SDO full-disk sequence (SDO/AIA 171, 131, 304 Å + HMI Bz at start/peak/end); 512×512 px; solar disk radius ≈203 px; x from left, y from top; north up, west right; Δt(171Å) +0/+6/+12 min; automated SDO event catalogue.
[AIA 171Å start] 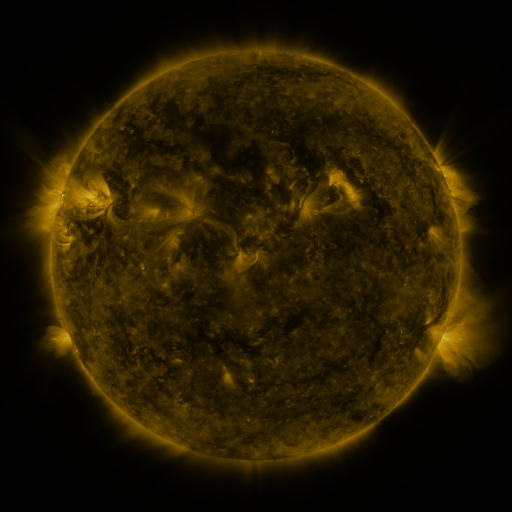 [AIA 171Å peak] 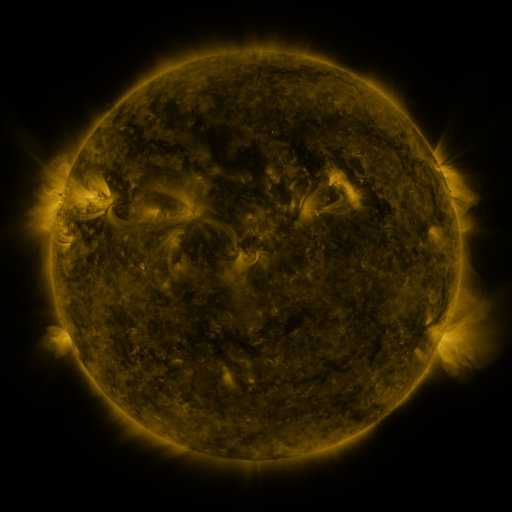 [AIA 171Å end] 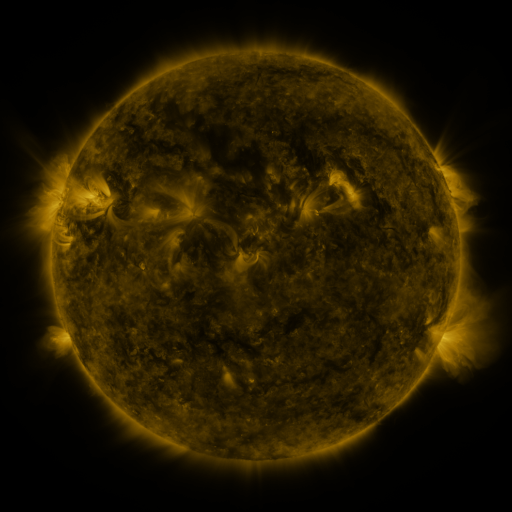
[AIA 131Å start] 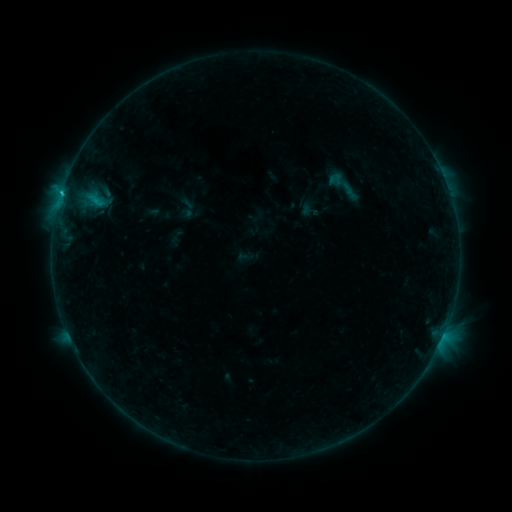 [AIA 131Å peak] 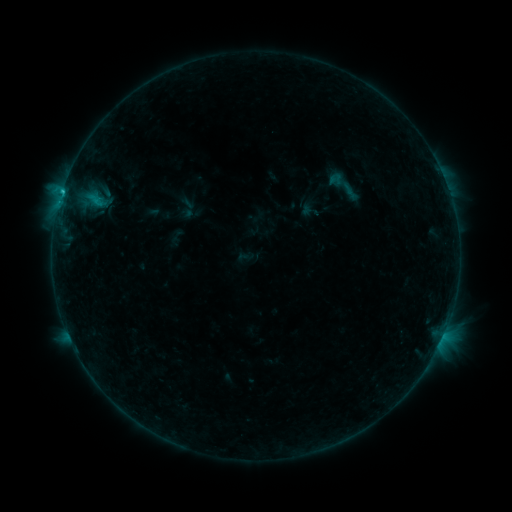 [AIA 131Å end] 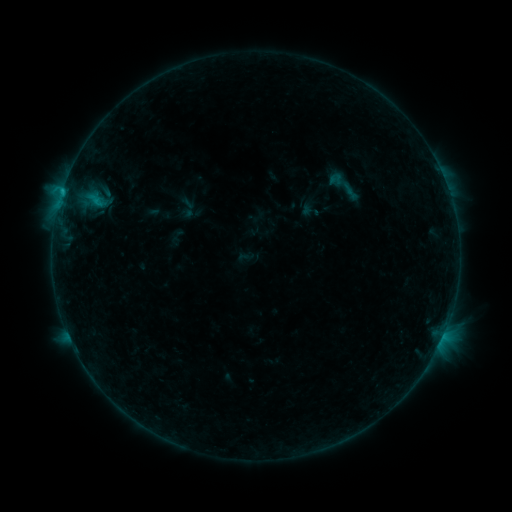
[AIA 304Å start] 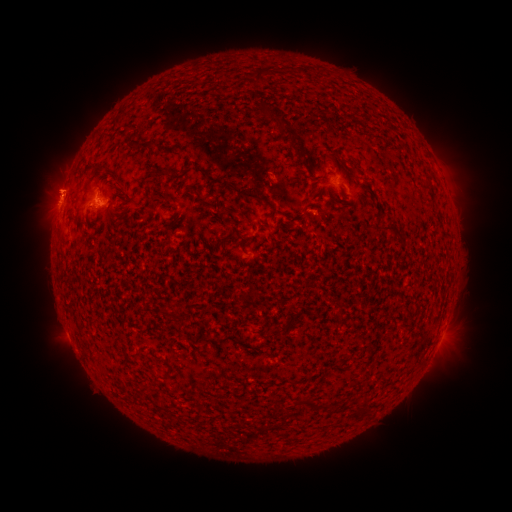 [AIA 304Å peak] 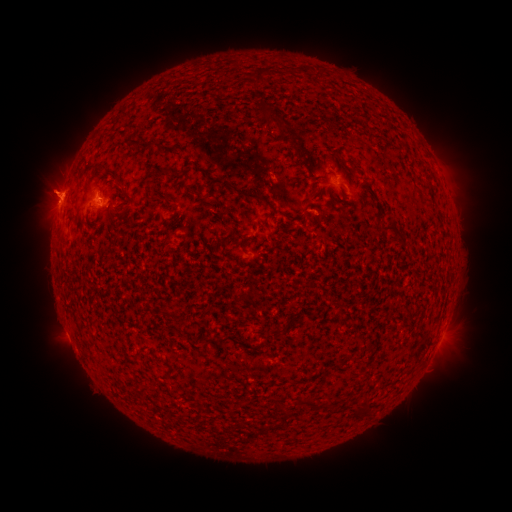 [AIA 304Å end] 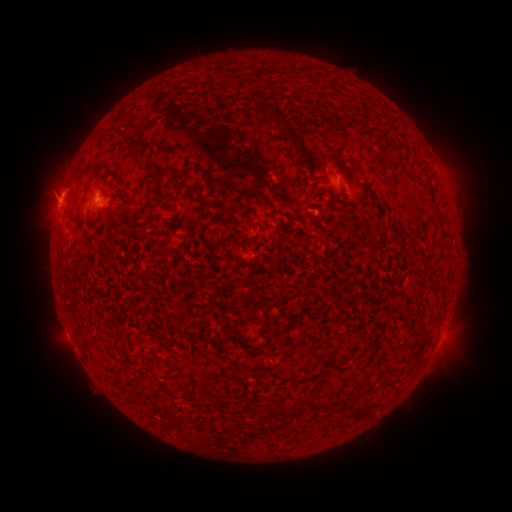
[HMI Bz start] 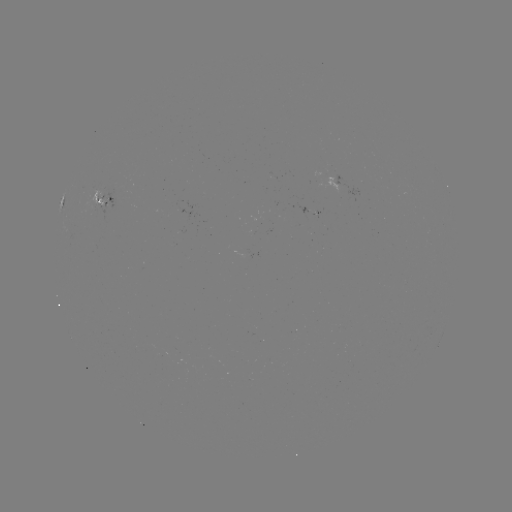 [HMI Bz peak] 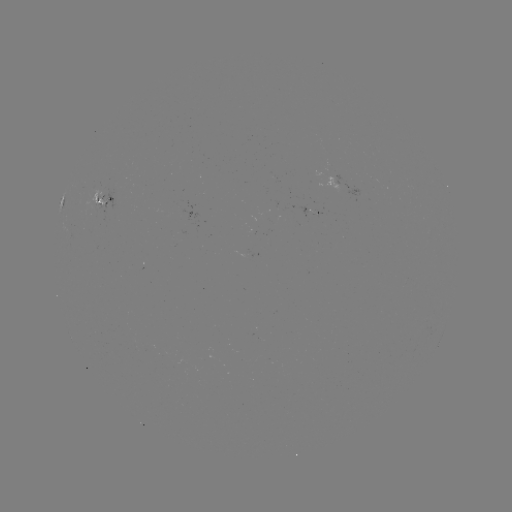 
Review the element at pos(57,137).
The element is eruption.